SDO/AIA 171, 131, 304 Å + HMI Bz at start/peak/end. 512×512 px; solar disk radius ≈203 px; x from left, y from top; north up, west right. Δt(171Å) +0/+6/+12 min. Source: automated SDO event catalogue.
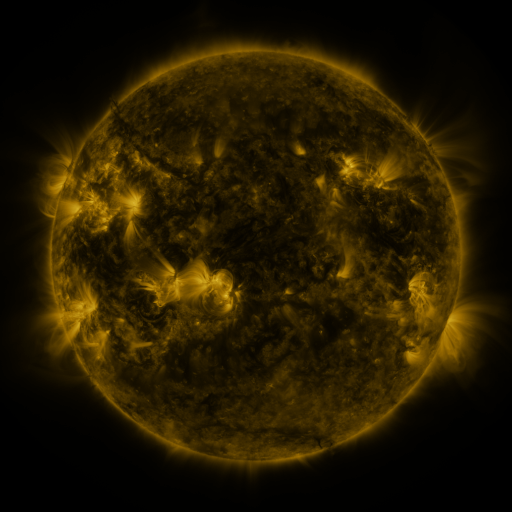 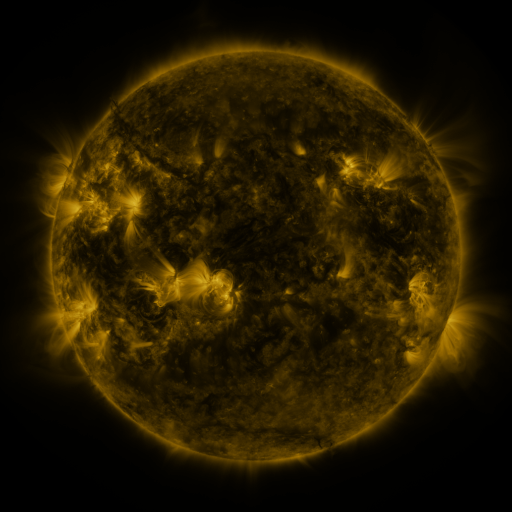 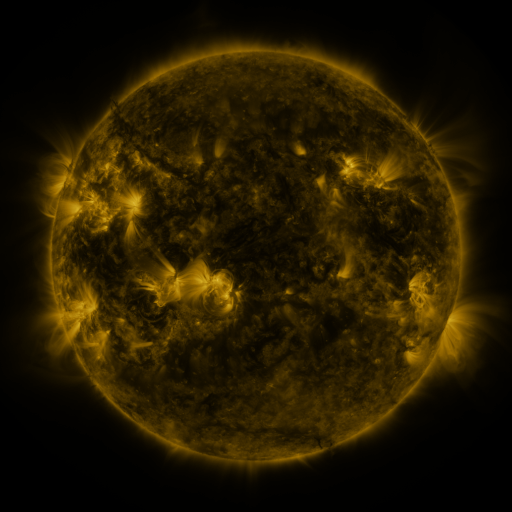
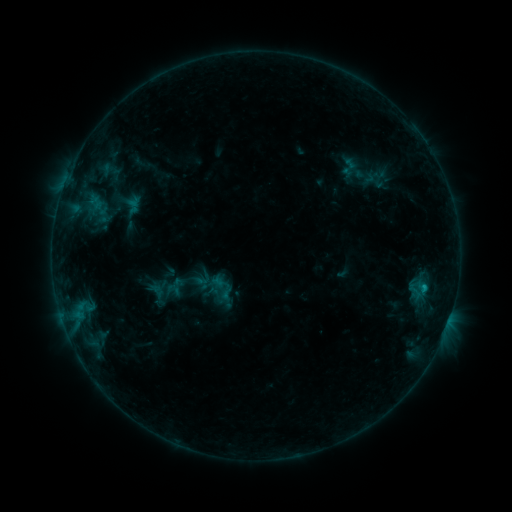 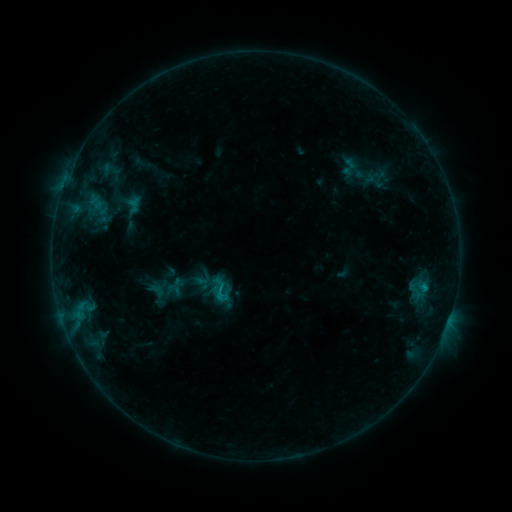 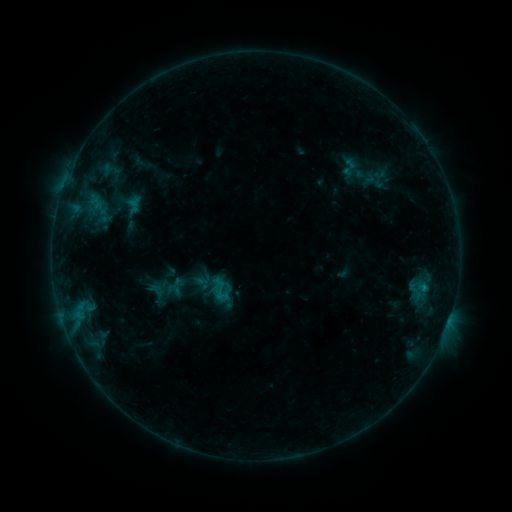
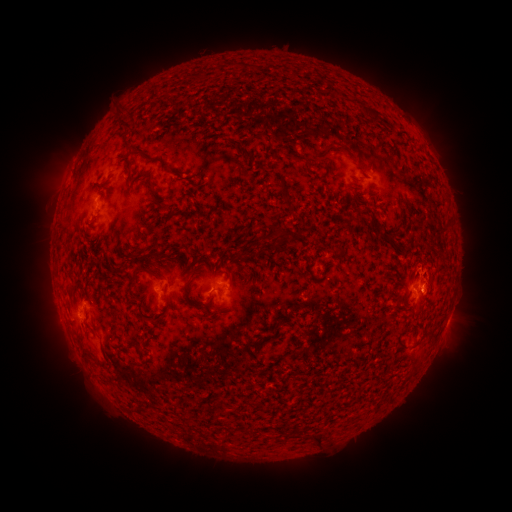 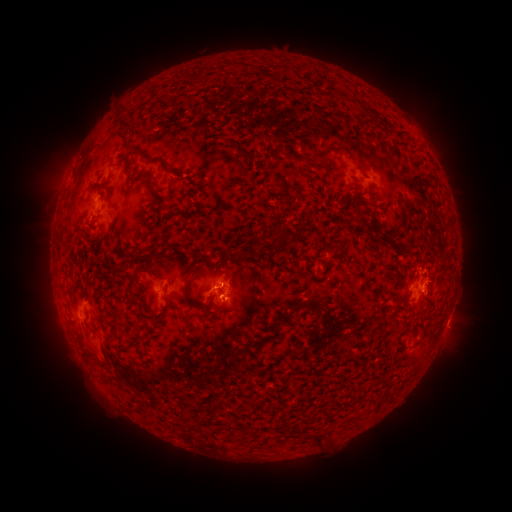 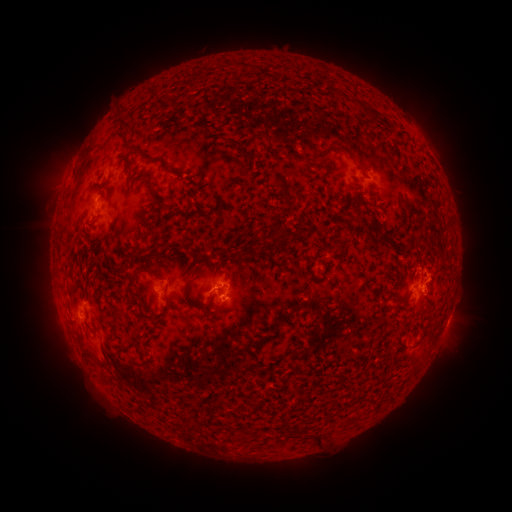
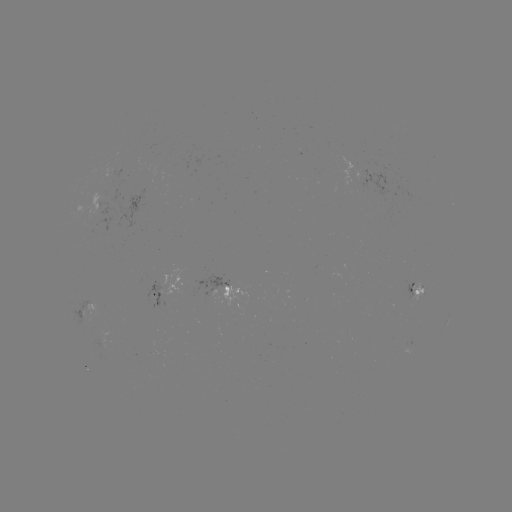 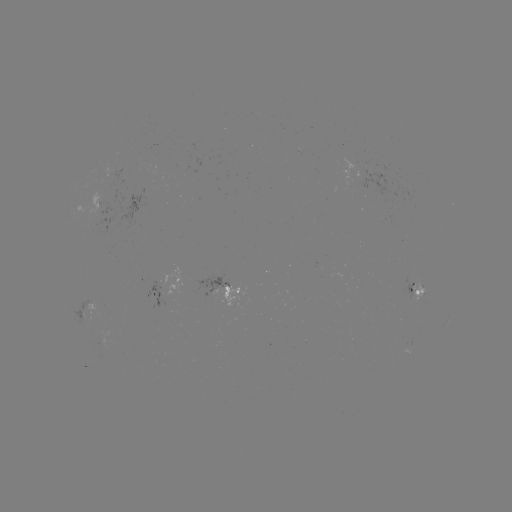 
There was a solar eruption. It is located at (441, 275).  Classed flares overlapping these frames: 1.